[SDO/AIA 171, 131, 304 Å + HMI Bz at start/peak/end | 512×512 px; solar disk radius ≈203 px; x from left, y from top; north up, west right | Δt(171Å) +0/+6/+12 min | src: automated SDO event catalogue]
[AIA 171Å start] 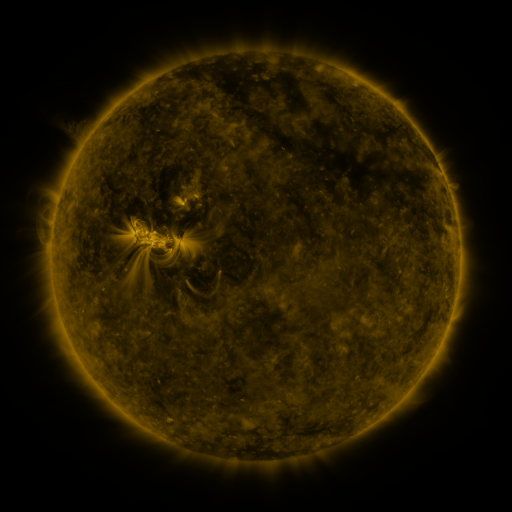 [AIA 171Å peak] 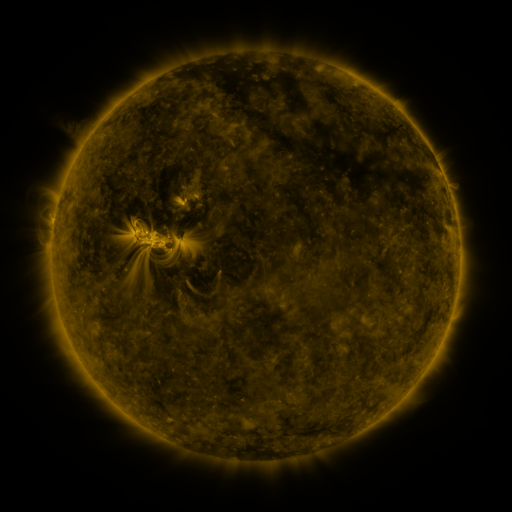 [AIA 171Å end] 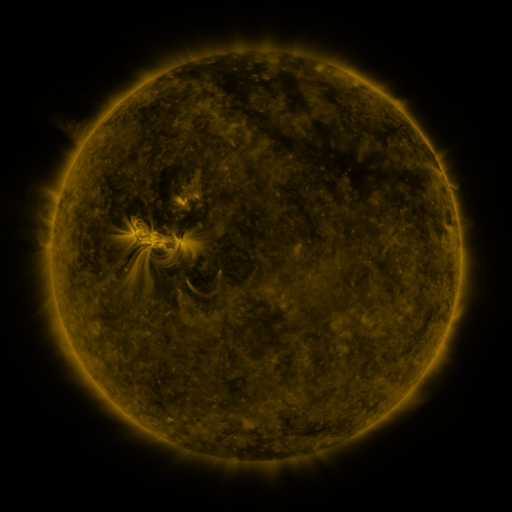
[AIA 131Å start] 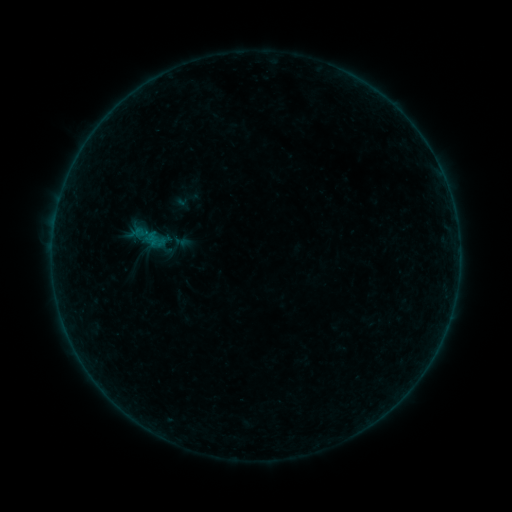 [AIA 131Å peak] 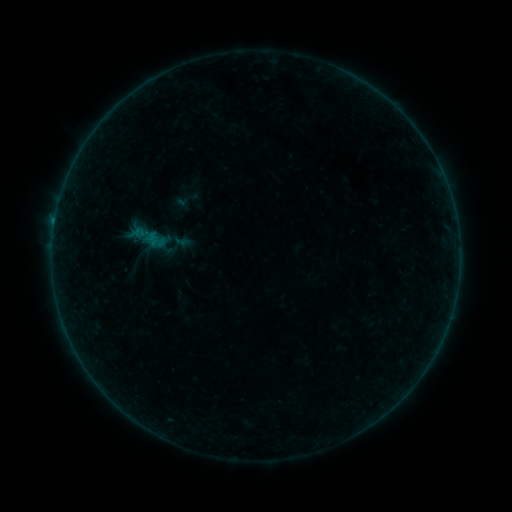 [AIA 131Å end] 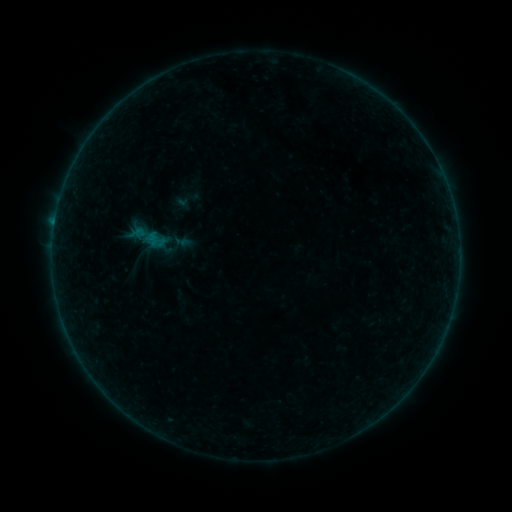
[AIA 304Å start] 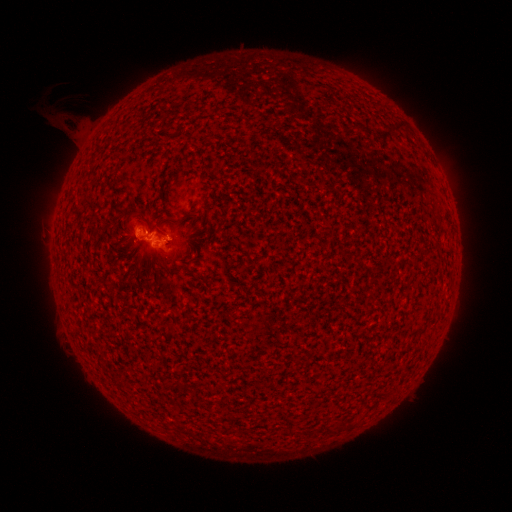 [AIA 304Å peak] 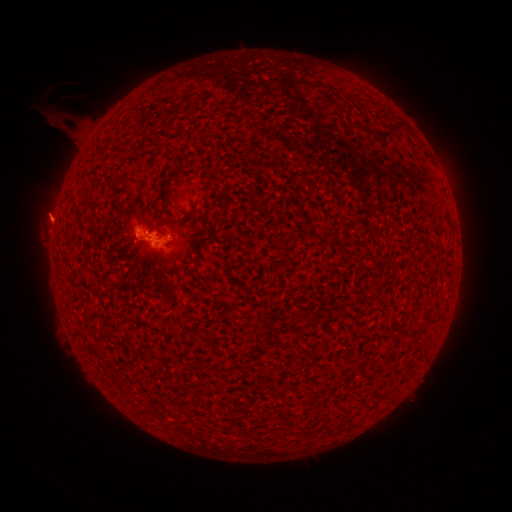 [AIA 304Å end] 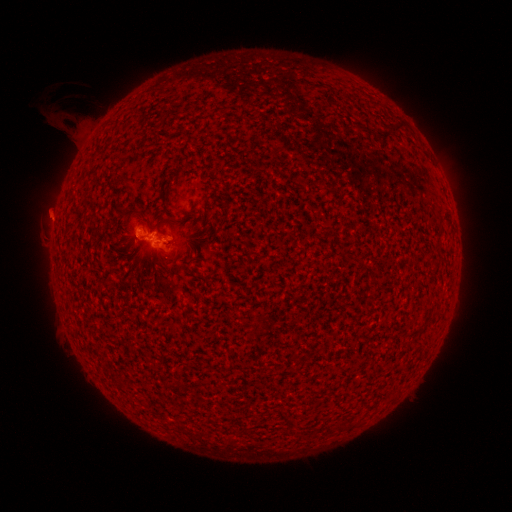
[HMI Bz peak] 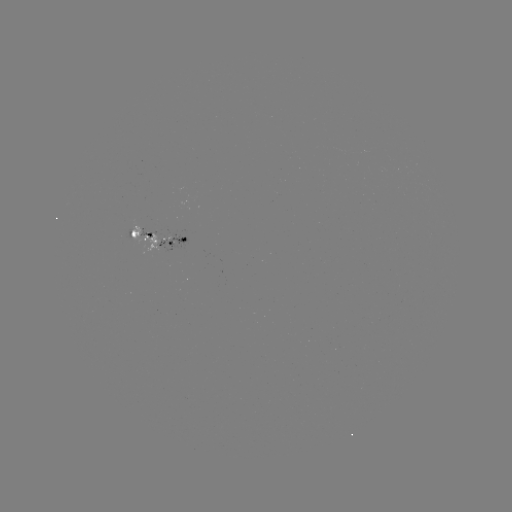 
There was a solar eruption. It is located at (53, 215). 